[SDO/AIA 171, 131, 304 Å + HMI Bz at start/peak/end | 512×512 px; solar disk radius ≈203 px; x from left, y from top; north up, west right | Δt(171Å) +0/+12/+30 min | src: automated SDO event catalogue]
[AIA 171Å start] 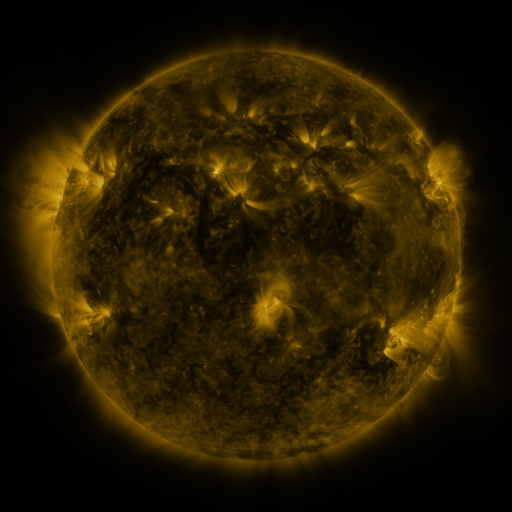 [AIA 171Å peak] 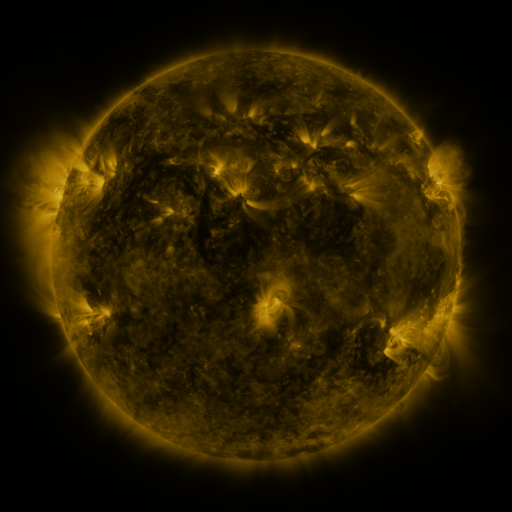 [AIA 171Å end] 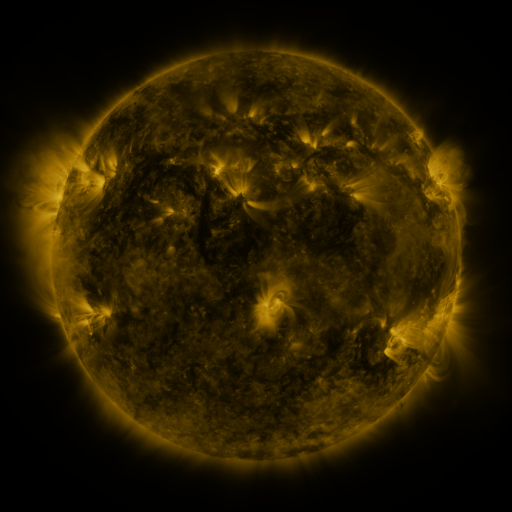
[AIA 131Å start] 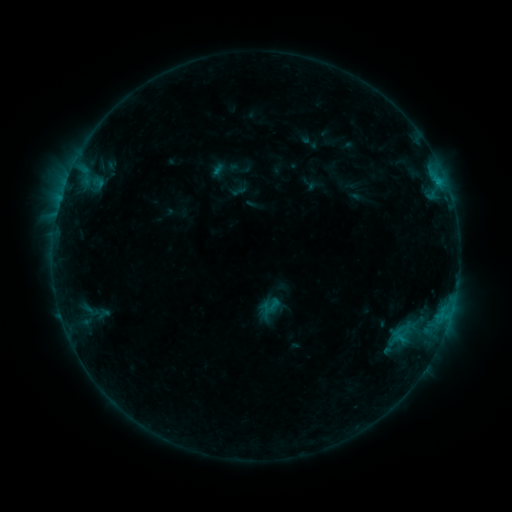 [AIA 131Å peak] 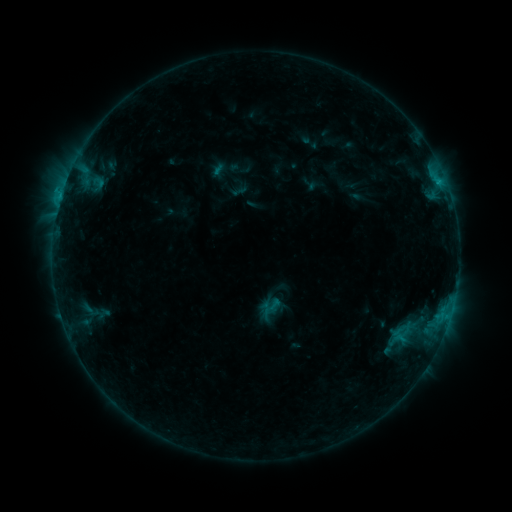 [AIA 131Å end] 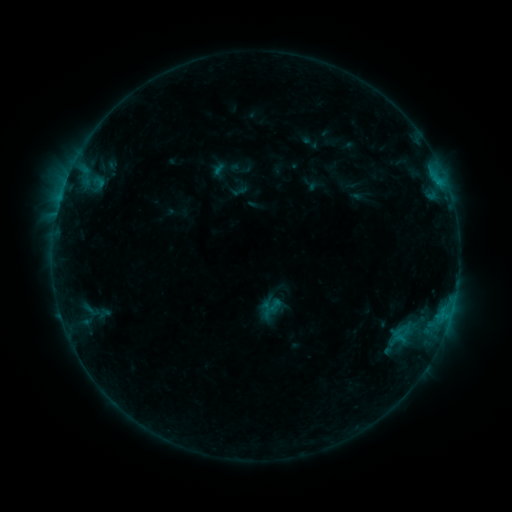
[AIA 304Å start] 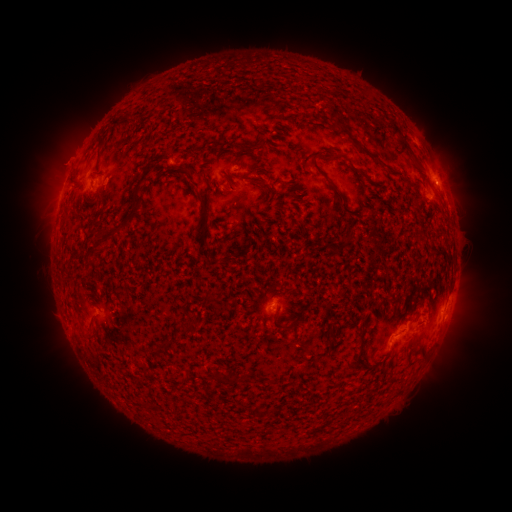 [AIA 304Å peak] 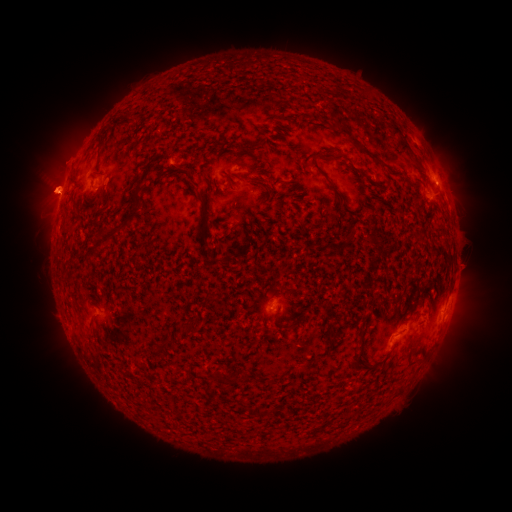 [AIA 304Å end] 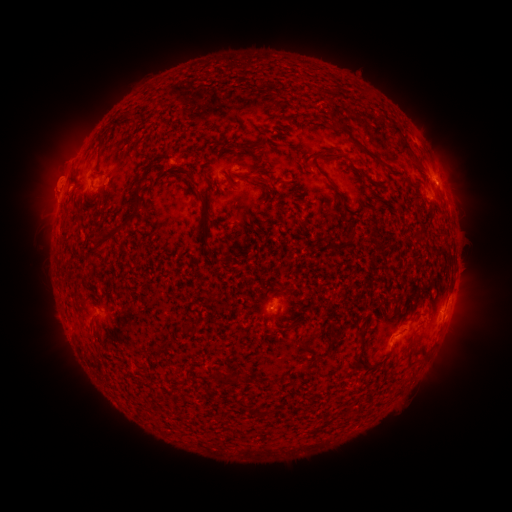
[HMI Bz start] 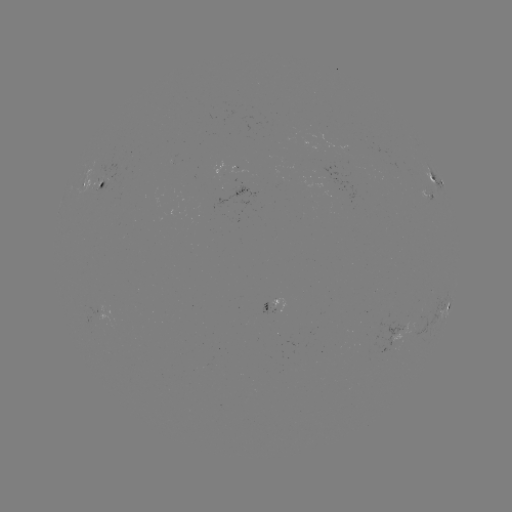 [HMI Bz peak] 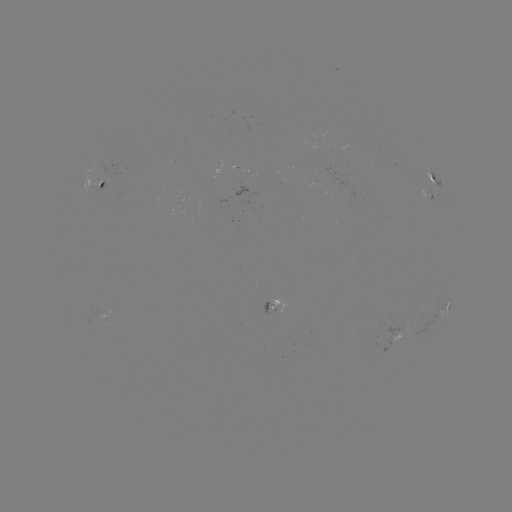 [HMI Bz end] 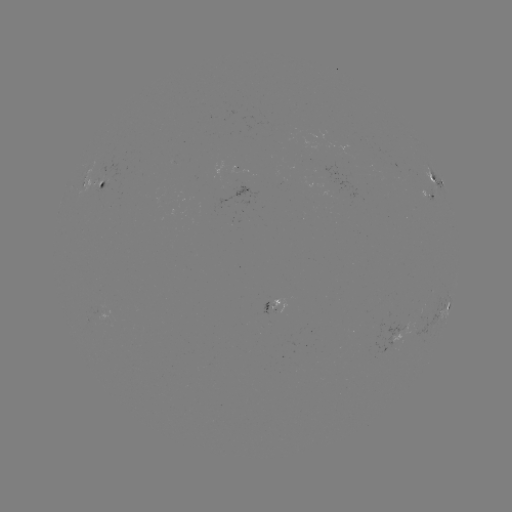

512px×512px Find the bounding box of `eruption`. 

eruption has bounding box [8, 119, 96, 252].